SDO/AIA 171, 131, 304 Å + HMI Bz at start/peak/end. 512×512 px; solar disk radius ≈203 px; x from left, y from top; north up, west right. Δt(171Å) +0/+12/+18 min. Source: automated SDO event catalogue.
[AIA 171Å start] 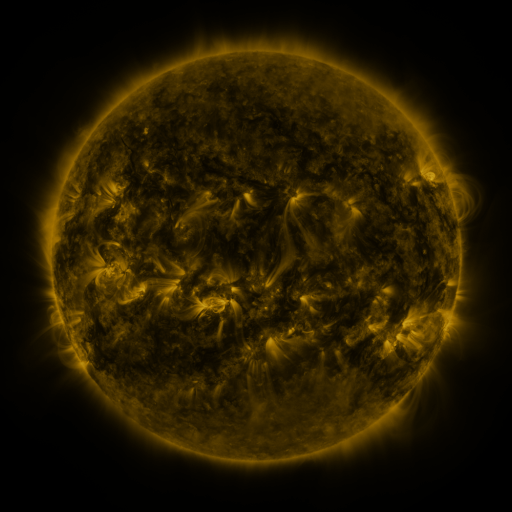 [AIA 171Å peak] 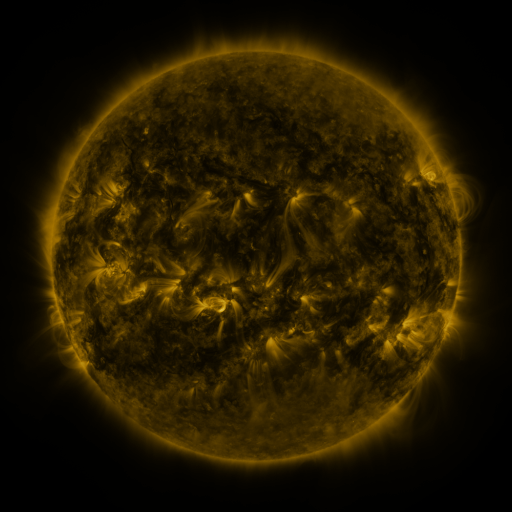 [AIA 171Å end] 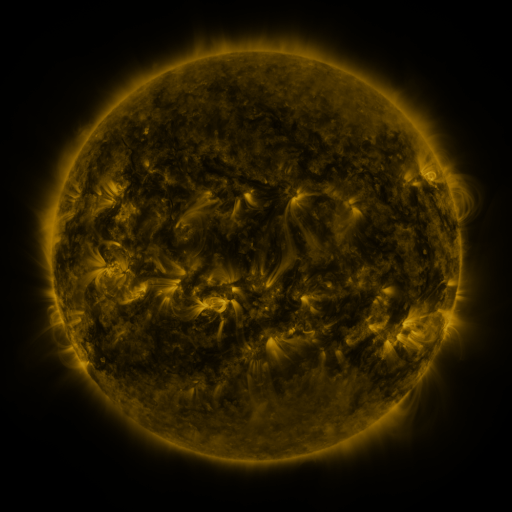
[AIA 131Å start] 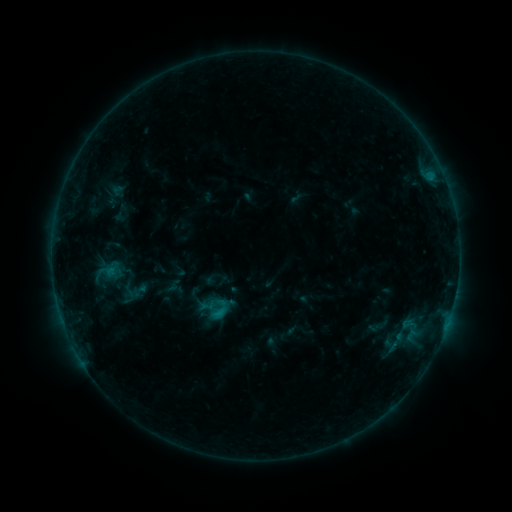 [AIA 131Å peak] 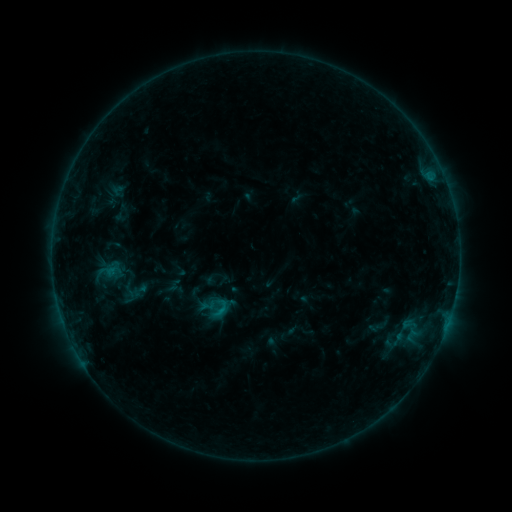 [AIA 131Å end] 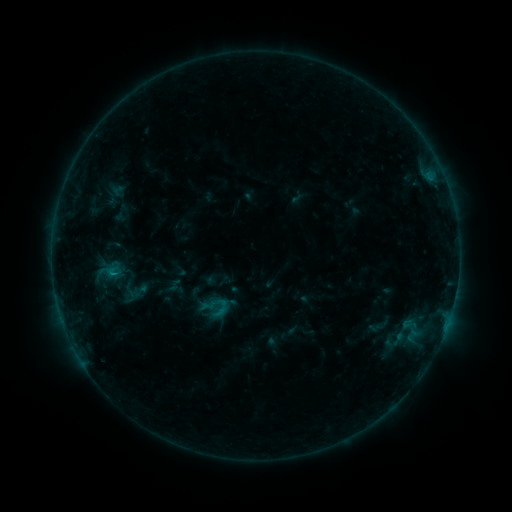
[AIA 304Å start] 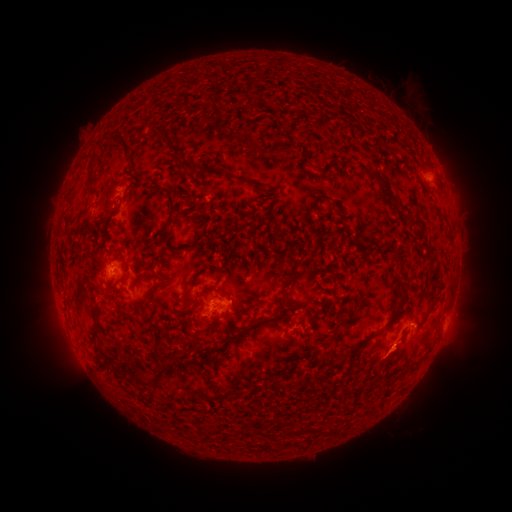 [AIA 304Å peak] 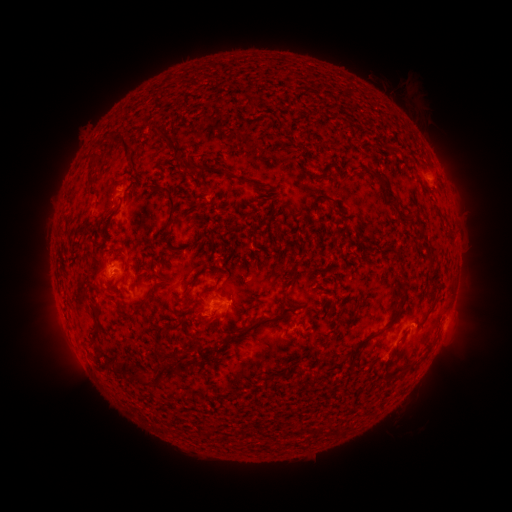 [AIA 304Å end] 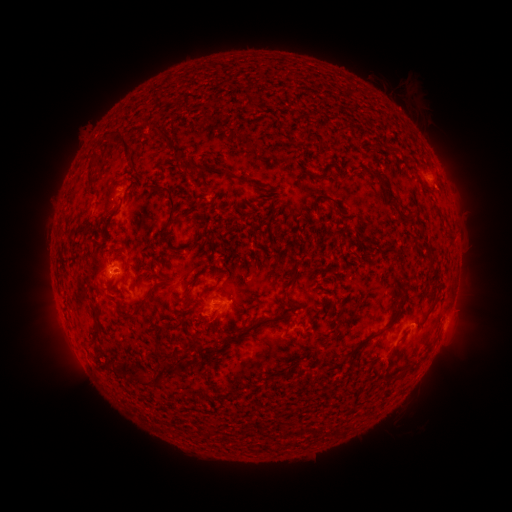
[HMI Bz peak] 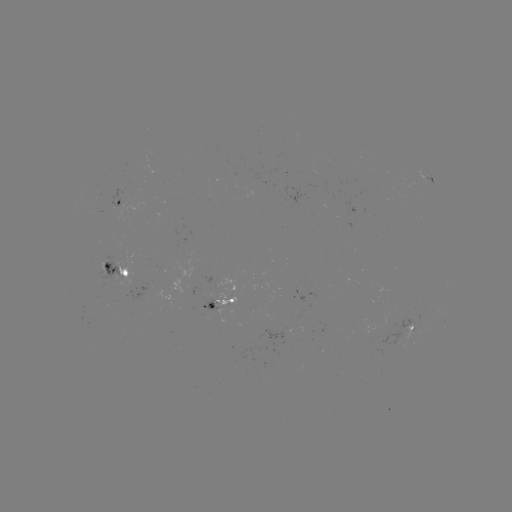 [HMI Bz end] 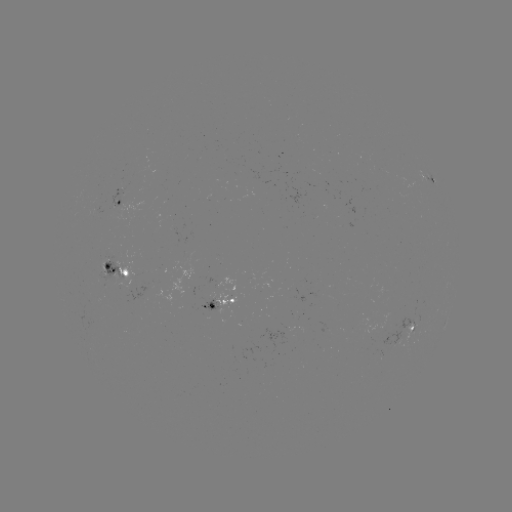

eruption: <bbox>371, 339, 413, 384</bbox>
